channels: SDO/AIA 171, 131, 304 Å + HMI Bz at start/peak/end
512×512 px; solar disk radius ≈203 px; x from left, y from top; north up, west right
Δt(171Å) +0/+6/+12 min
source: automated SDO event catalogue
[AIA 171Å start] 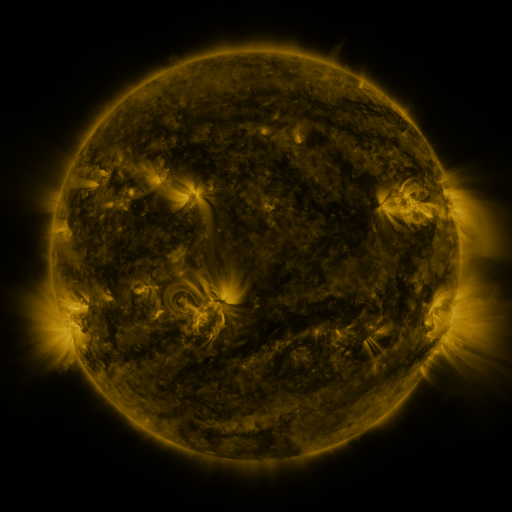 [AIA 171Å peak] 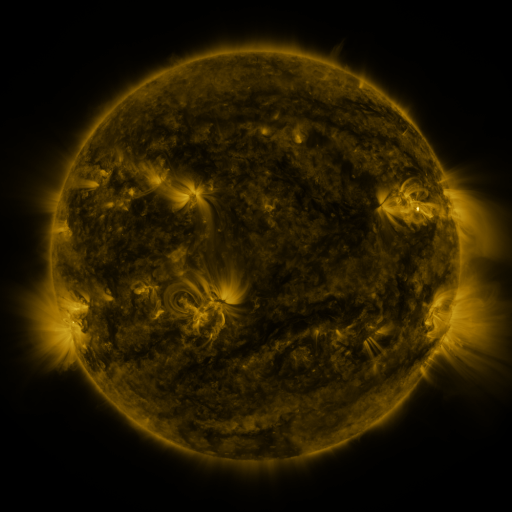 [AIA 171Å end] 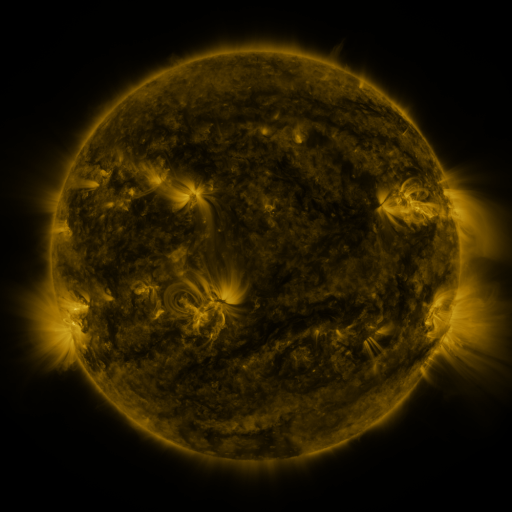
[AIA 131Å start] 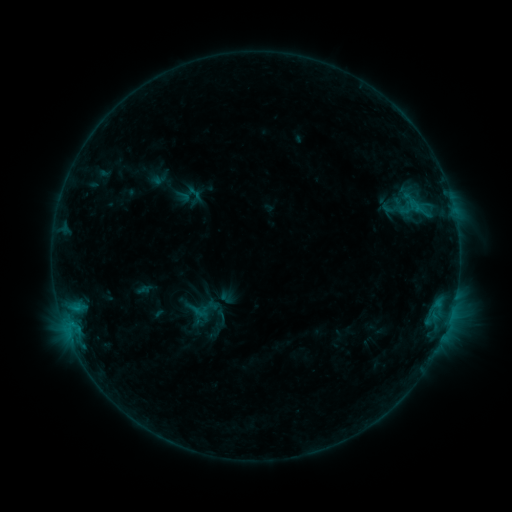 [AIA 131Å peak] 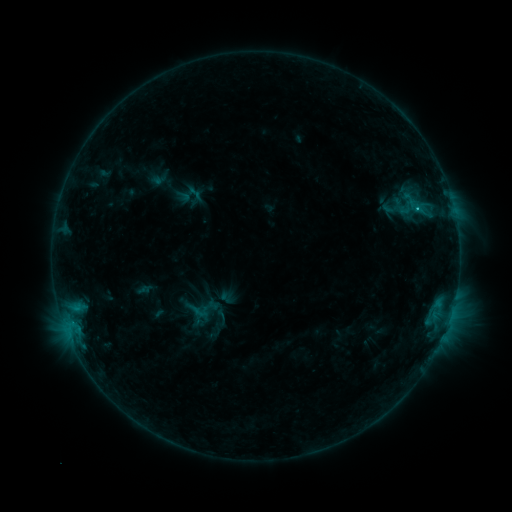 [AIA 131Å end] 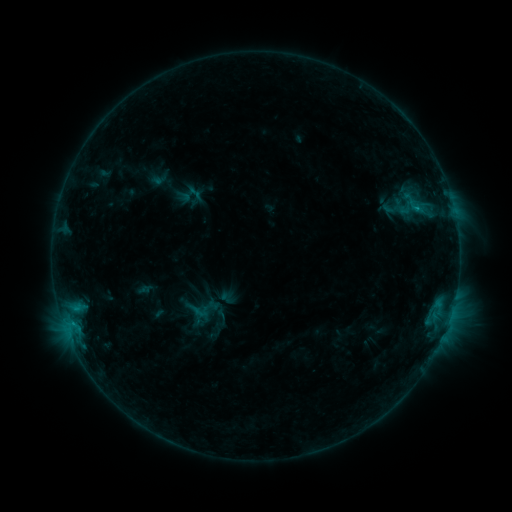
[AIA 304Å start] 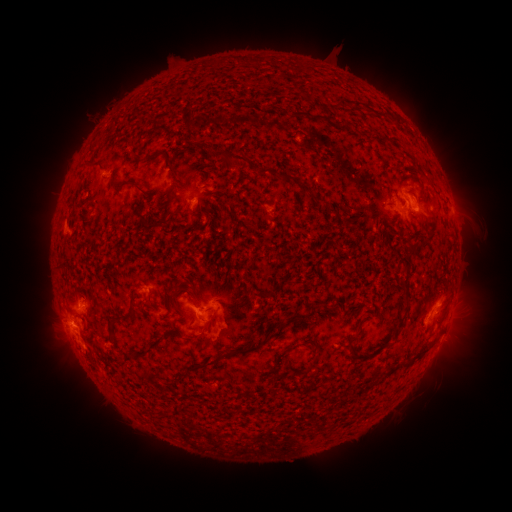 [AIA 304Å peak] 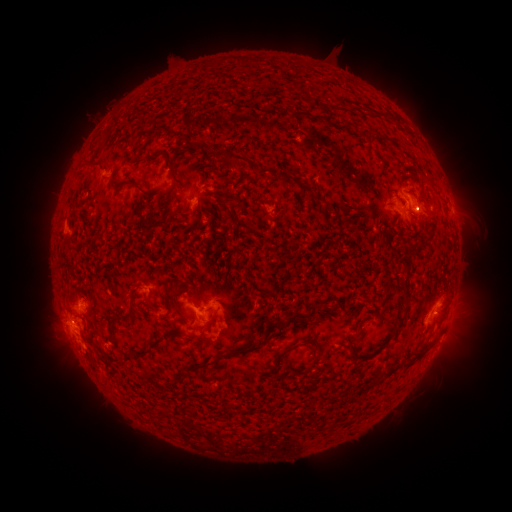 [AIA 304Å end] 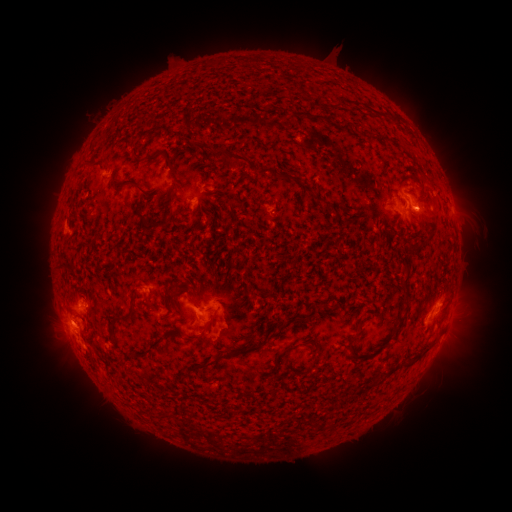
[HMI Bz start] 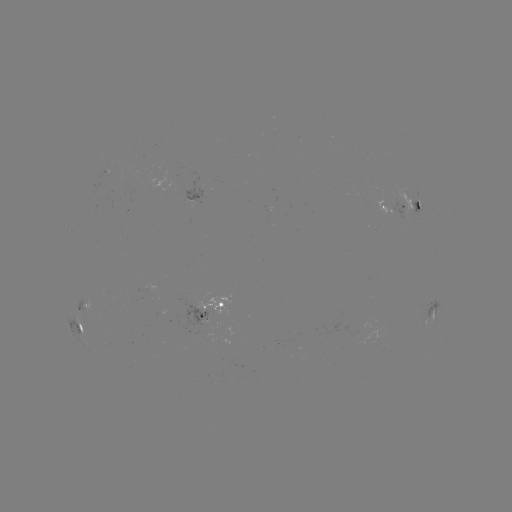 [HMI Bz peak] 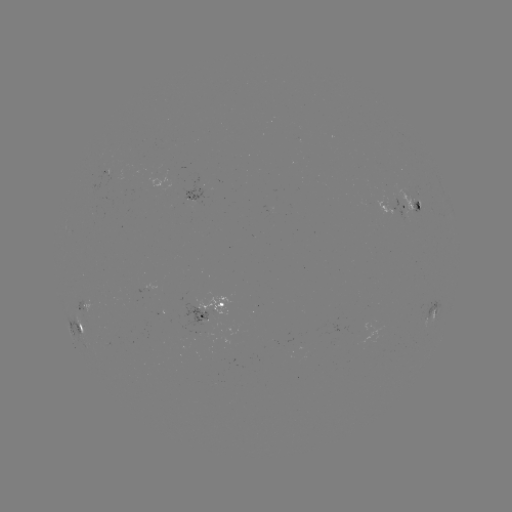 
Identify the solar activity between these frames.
C1.7 flare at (416, 211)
